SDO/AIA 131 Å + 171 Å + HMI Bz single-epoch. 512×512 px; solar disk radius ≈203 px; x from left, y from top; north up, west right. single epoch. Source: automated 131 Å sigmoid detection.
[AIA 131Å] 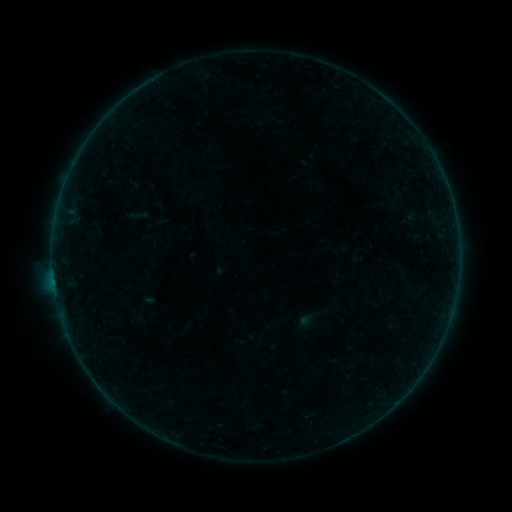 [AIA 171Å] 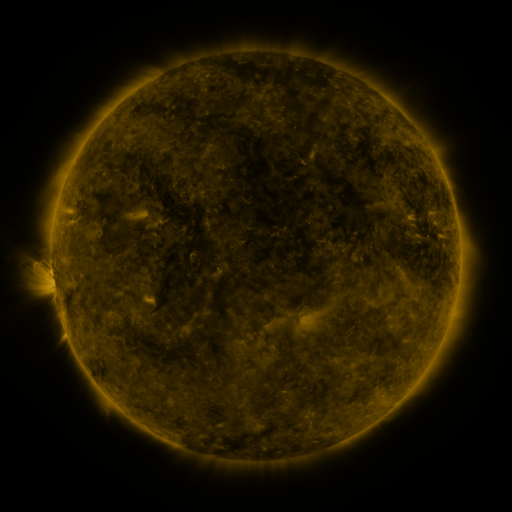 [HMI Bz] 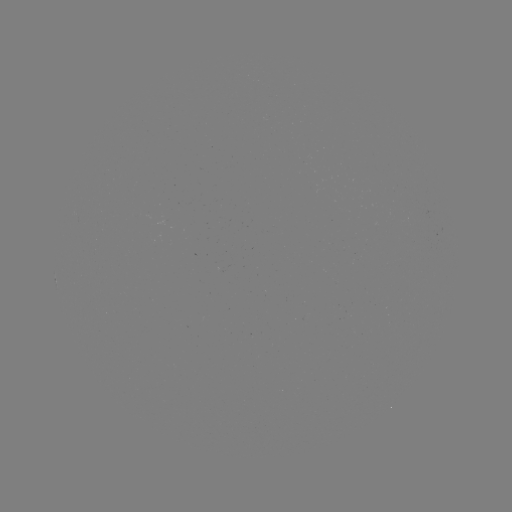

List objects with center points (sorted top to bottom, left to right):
sigmoid: (129, 205, 148, 226)
